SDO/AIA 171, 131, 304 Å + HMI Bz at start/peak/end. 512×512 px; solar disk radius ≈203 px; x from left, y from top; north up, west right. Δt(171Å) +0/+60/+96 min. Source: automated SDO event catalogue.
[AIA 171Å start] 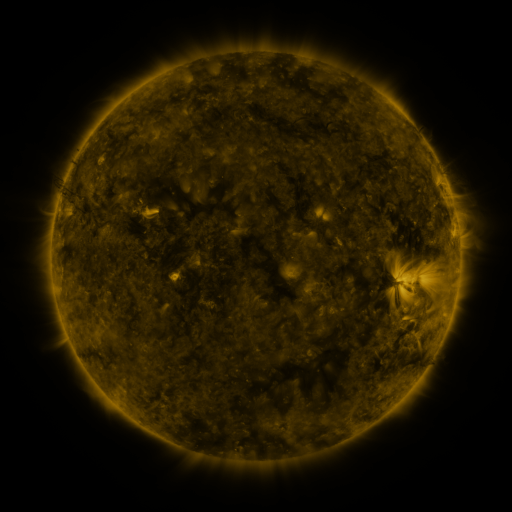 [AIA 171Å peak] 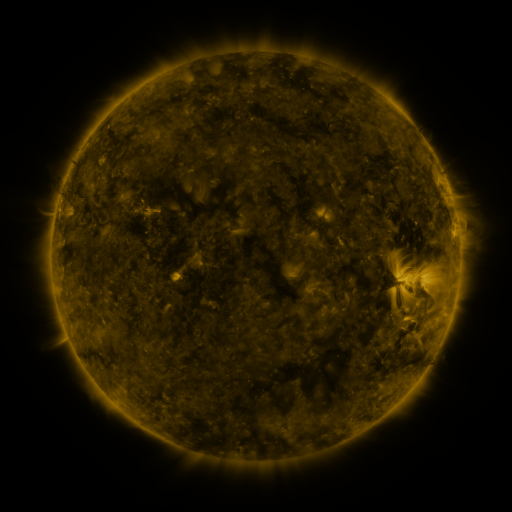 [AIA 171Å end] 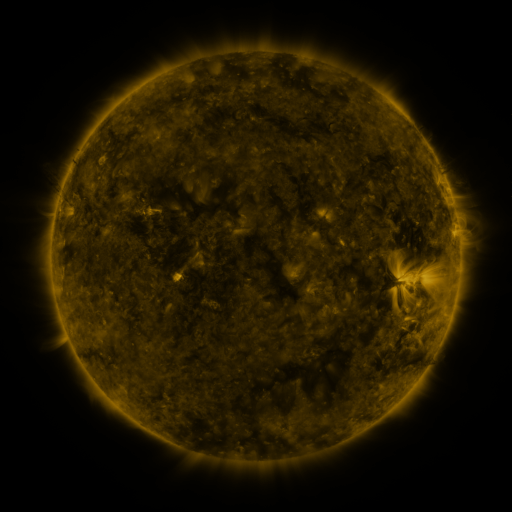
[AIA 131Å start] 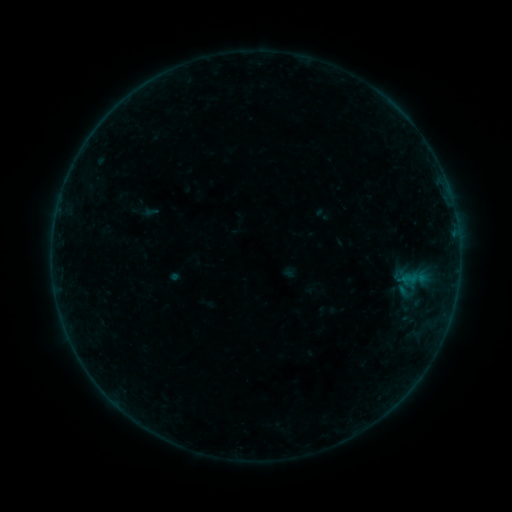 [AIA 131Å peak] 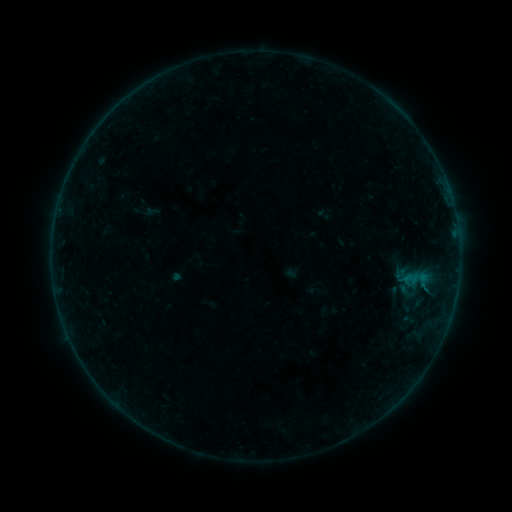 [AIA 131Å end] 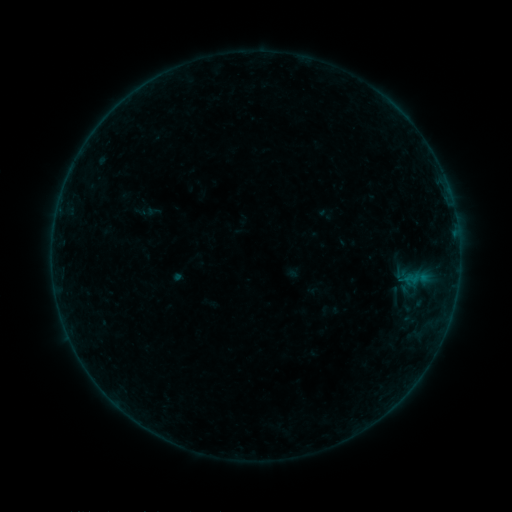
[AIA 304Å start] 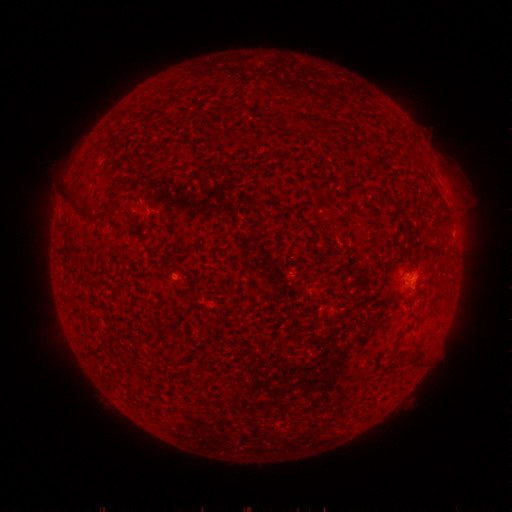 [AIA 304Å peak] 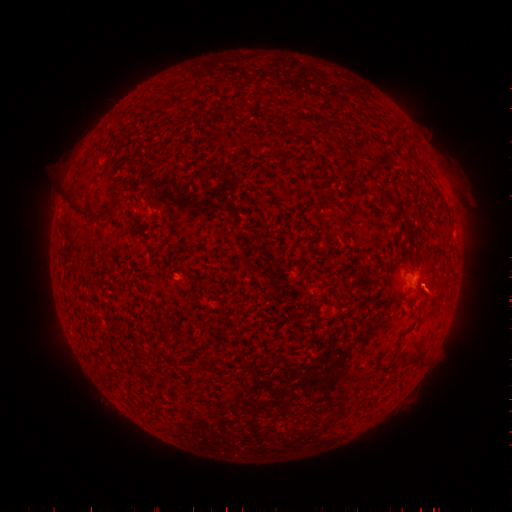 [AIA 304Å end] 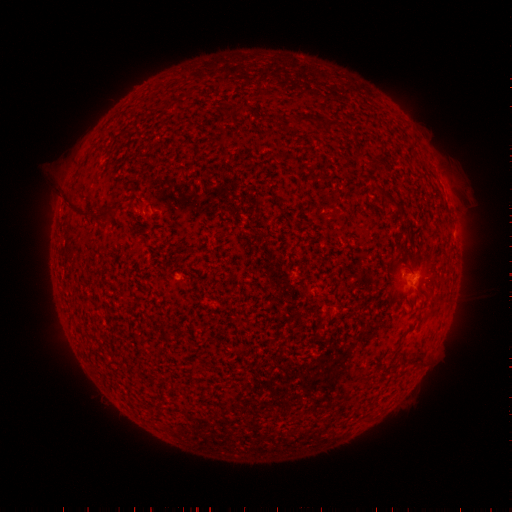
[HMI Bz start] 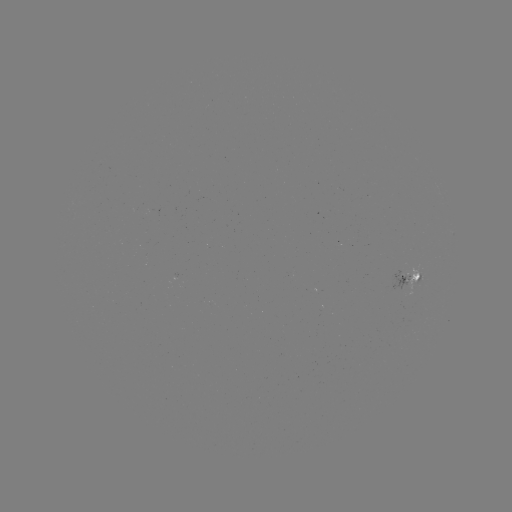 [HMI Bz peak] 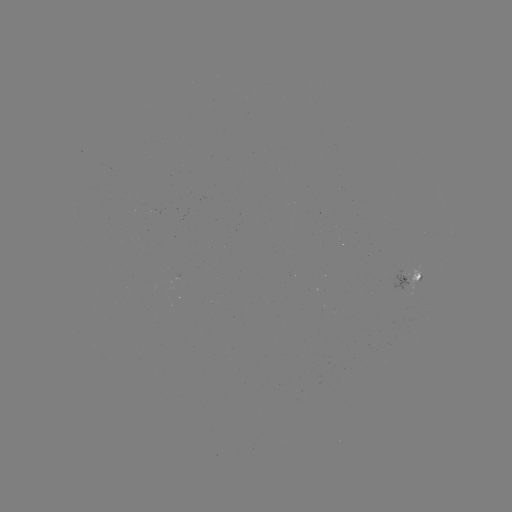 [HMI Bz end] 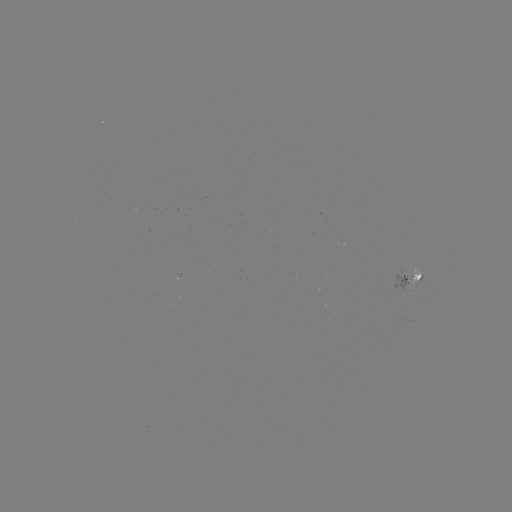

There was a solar emerging-flux region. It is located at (412, 291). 